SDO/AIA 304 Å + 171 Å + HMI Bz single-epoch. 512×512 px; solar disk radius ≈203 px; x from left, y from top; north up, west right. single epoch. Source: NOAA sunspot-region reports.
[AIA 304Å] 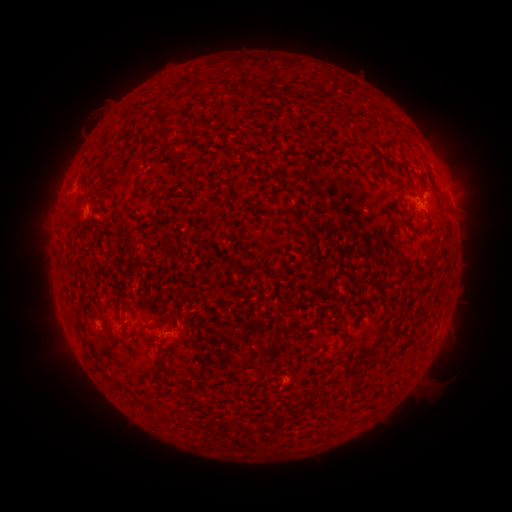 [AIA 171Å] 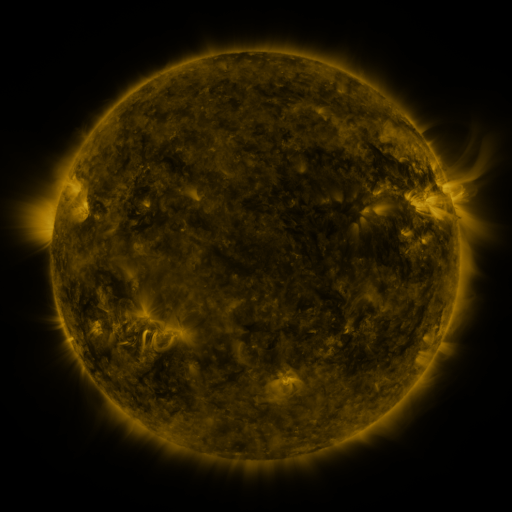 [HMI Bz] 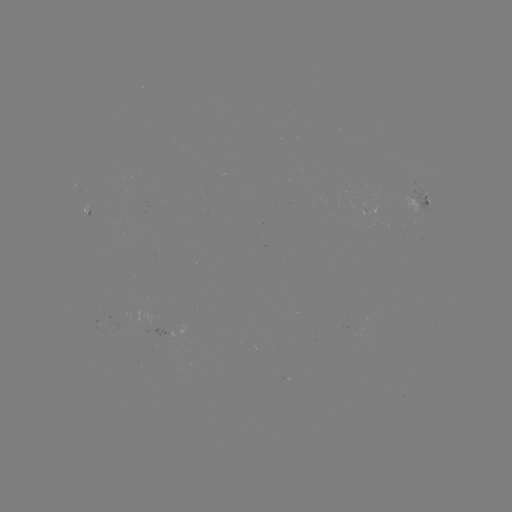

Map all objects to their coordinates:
spotted active region: (423, 206)
spotted active region: (89, 209)
spotted active region: (454, 210)
